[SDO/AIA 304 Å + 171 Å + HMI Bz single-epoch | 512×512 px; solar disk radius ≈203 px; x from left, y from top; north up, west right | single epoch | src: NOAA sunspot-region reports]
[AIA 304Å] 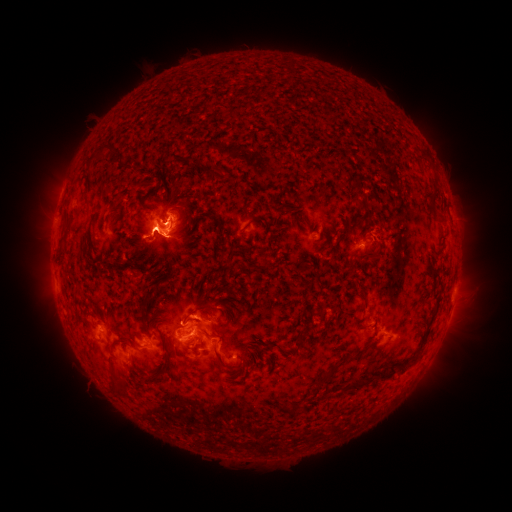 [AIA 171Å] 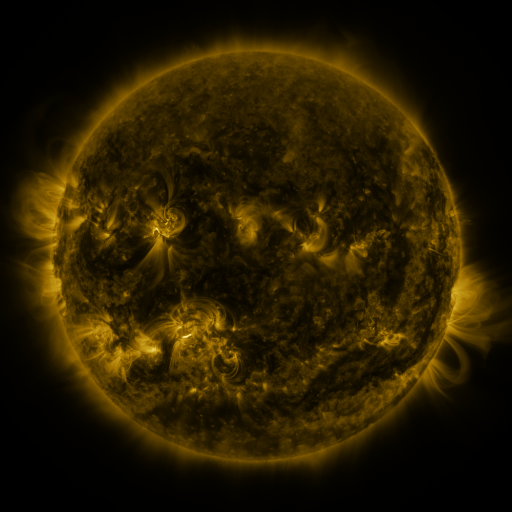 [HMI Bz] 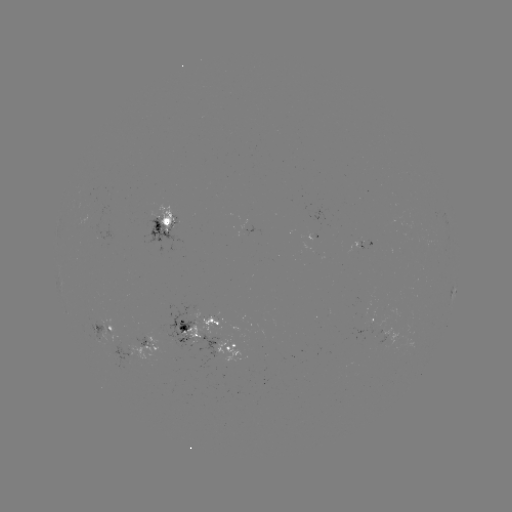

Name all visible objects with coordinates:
spotted active region: (163, 225)
spotted active region: (368, 245)
spotted active region: (453, 291)
spotted active region: (452, 307)
spotted active region: (372, 325)
spotted active region: (198, 328)
spotted active region: (104, 330)
spotted active region: (235, 346)
spotted active region: (144, 347)
